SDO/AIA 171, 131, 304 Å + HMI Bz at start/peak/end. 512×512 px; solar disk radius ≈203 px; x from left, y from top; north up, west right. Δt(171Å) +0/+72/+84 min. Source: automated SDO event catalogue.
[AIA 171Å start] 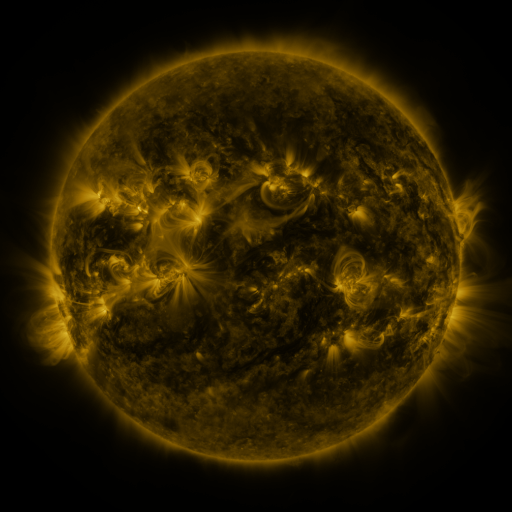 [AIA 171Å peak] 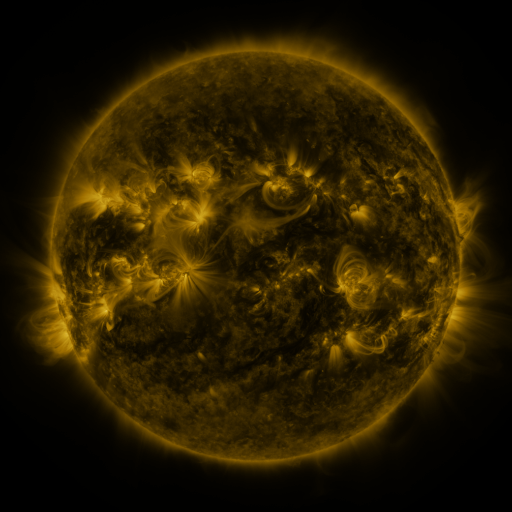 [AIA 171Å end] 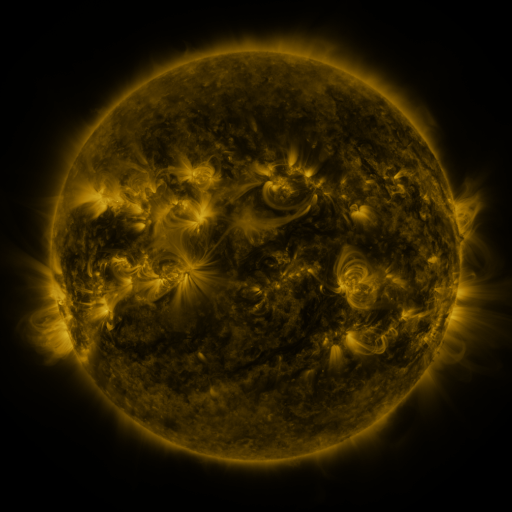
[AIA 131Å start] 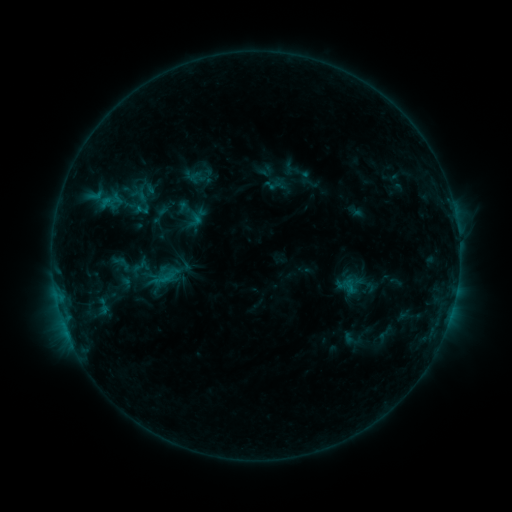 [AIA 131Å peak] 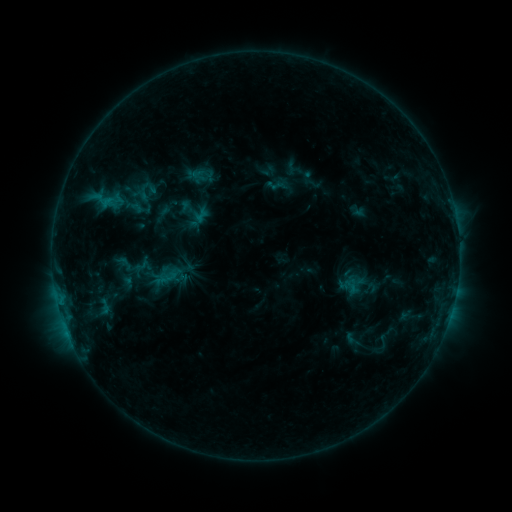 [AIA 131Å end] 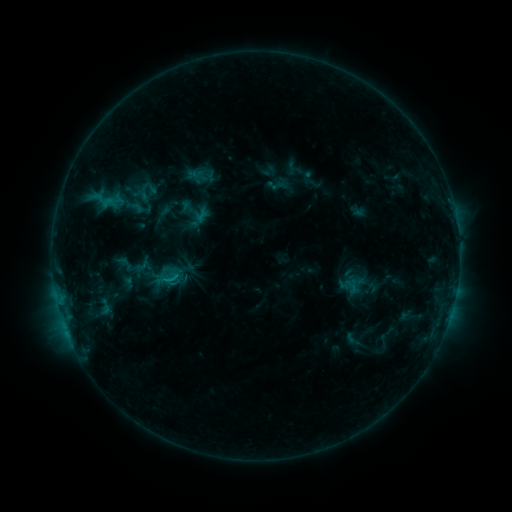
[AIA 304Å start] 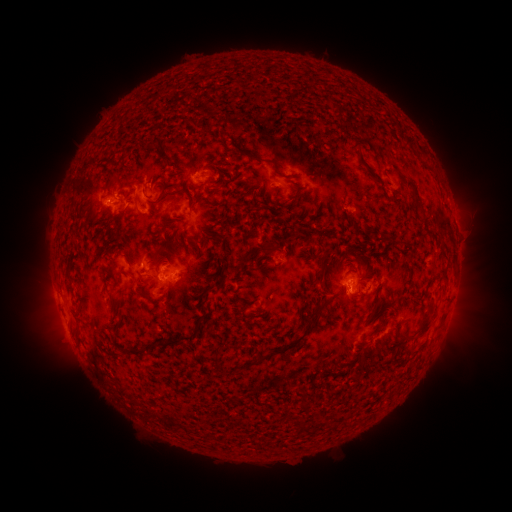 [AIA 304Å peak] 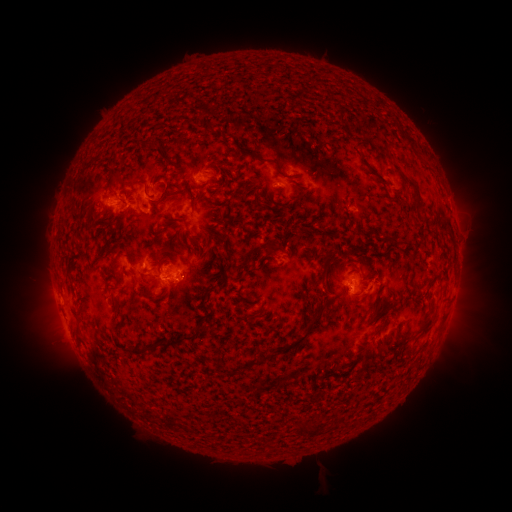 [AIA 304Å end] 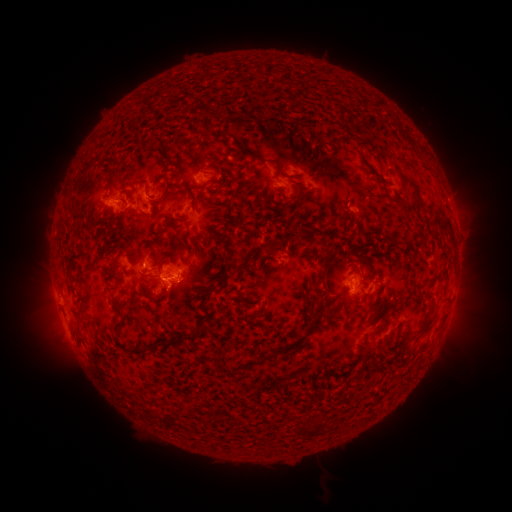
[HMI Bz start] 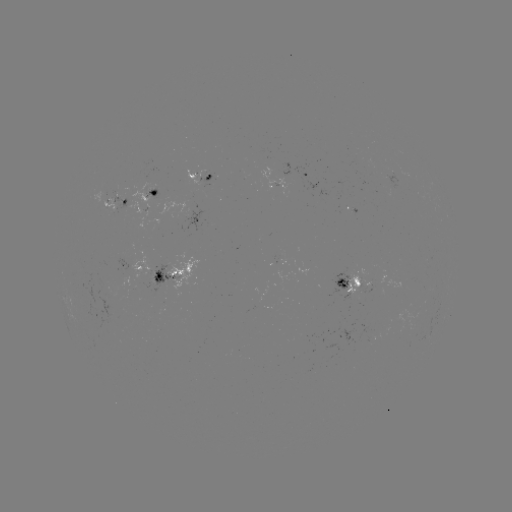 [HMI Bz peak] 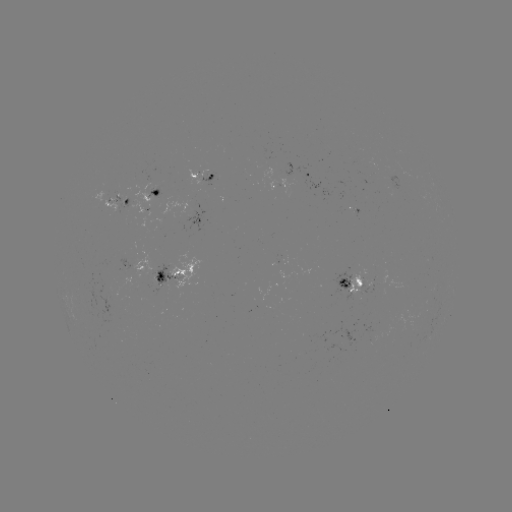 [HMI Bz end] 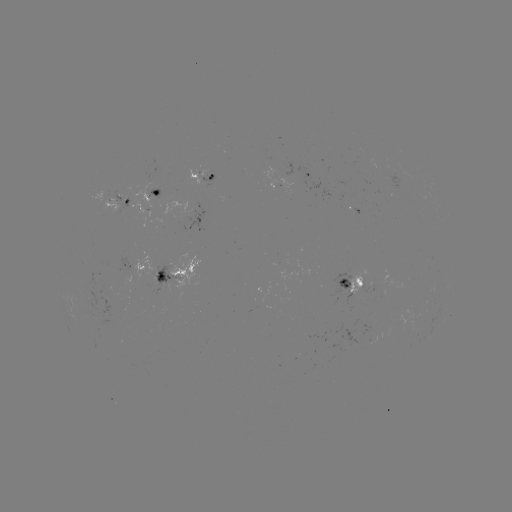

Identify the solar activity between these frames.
emerging-flux region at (115, 208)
